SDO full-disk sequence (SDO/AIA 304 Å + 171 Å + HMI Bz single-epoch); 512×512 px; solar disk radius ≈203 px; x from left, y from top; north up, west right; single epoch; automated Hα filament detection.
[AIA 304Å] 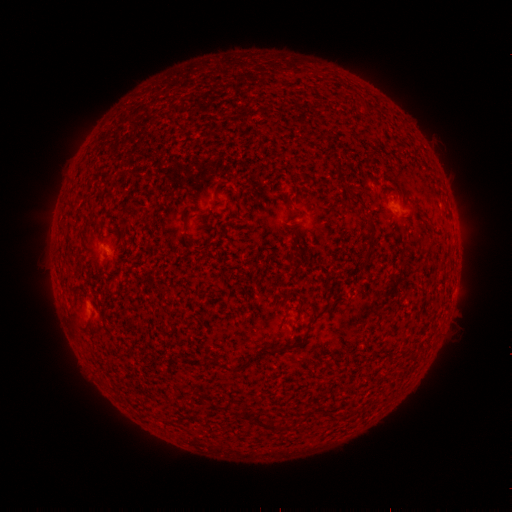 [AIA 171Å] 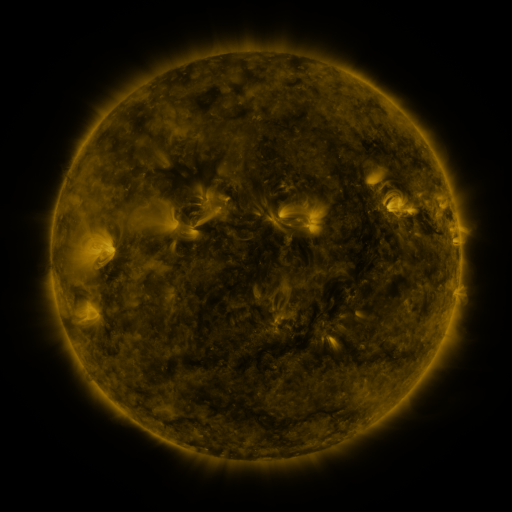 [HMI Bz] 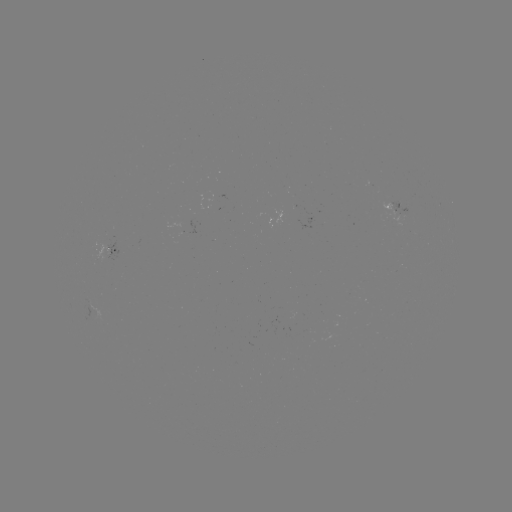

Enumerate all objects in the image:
filament: <bbox>366, 238, 375, 261</bbox>
filament: <bbox>313, 305, 331, 323</bbox>
filament: <bbox>69, 313, 80, 325</bbox>
filament: <bbox>245, 340, 304, 365</bbox>
filament: <bbox>223, 361, 235, 372</bbox>
filament: <bbox>242, 406, 279, 430</bbox>
filament: <bbox>330, 410, 341, 421</bbox>
